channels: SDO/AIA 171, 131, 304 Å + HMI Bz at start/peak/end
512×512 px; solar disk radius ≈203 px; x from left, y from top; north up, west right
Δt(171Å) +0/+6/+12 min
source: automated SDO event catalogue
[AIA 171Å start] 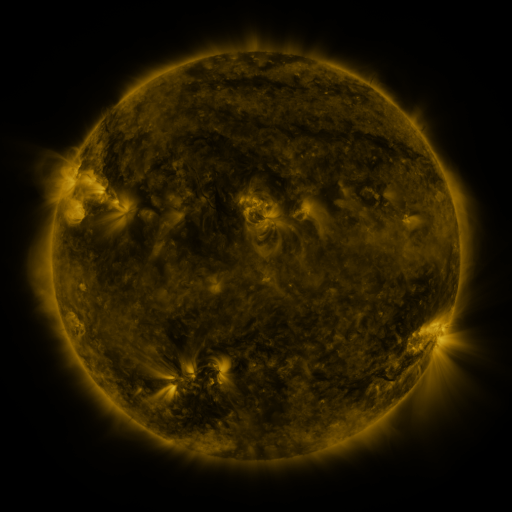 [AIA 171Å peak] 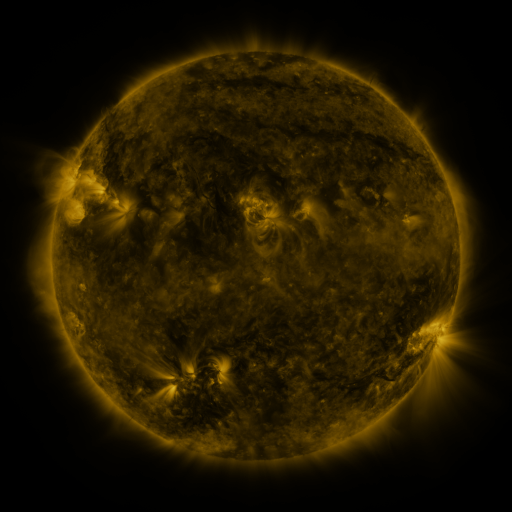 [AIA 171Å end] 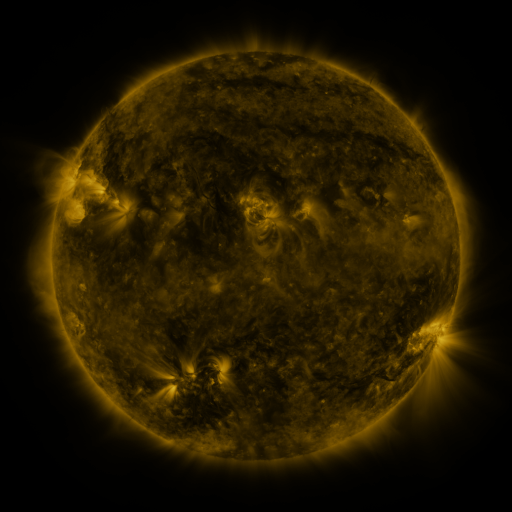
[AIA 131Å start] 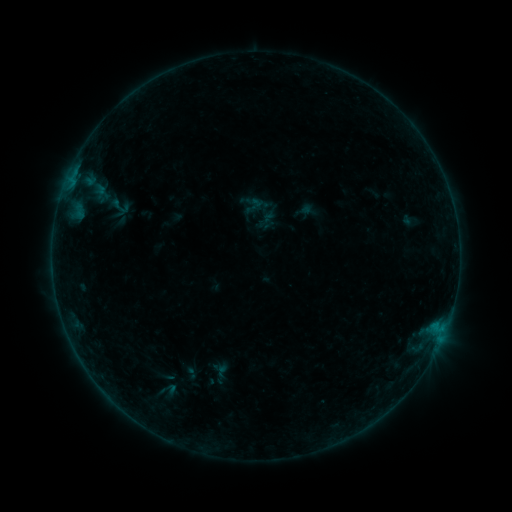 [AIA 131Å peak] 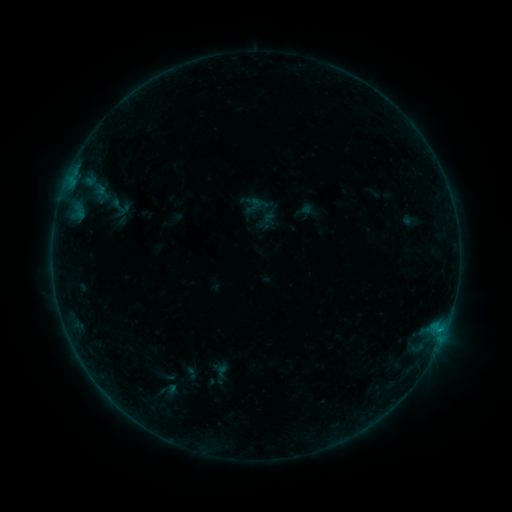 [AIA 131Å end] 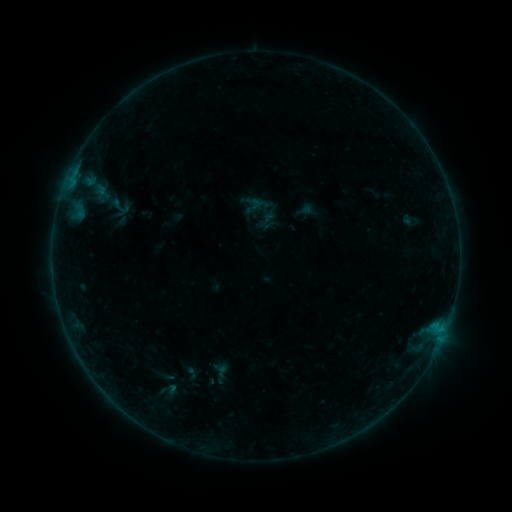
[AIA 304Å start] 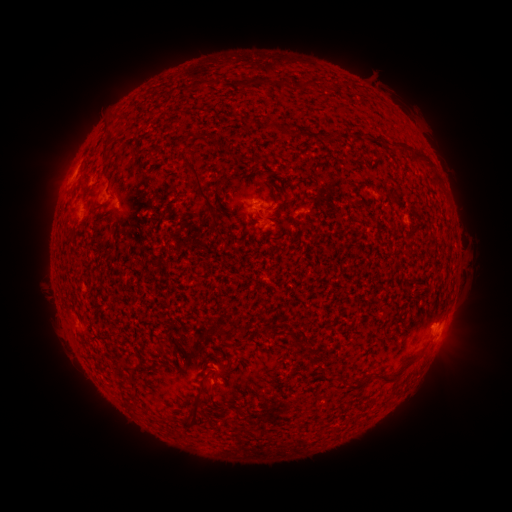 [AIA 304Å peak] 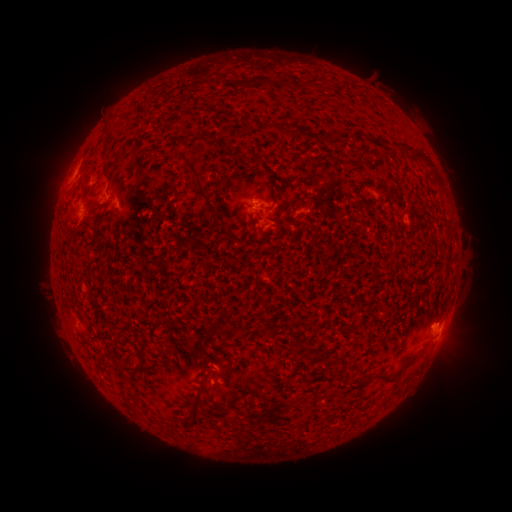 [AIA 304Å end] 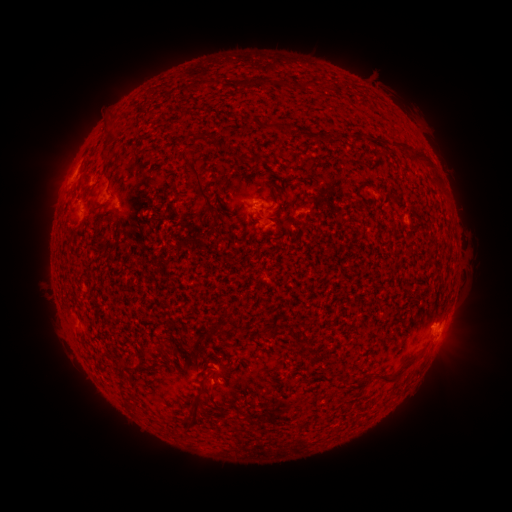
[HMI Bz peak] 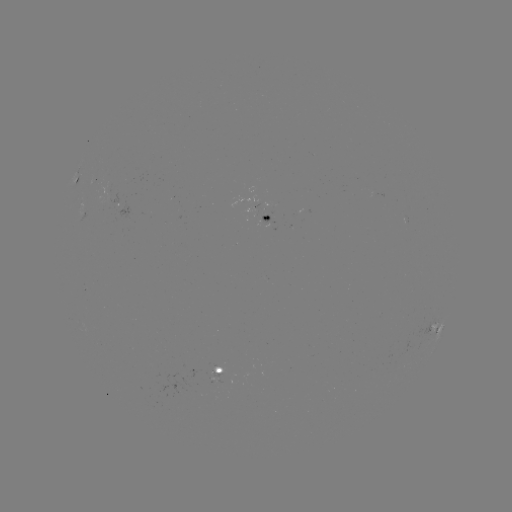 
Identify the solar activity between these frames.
B1.6 flare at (438, 327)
